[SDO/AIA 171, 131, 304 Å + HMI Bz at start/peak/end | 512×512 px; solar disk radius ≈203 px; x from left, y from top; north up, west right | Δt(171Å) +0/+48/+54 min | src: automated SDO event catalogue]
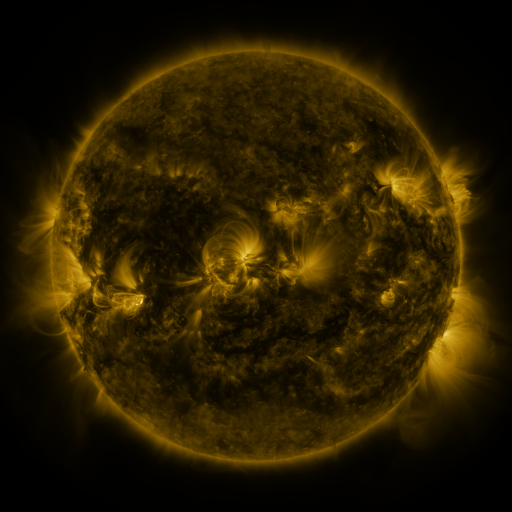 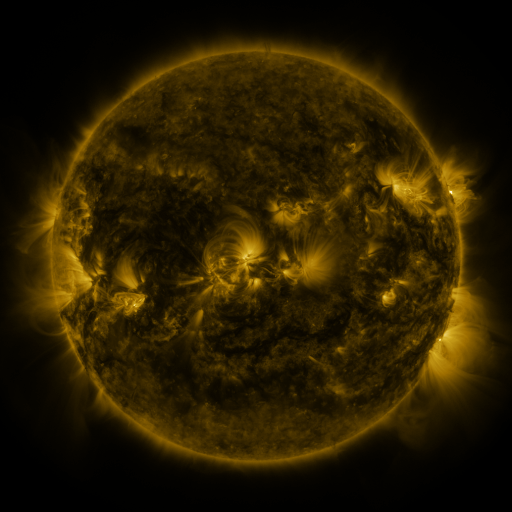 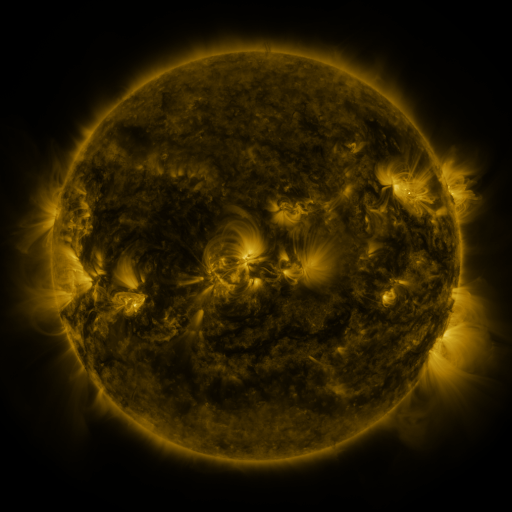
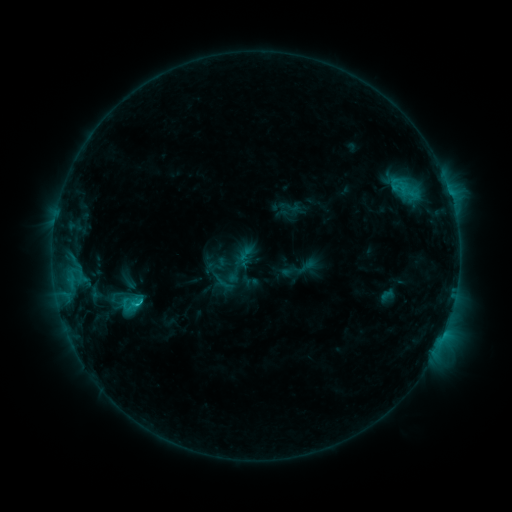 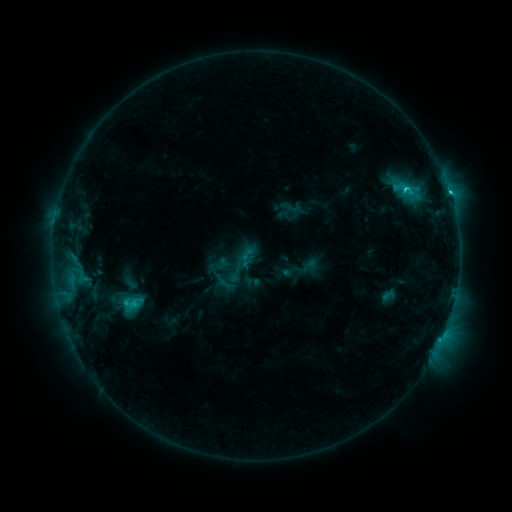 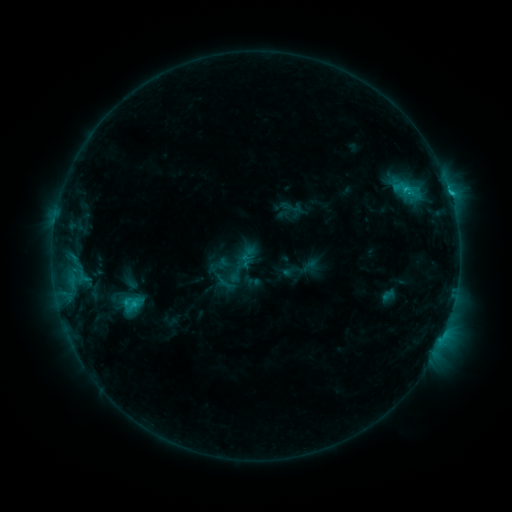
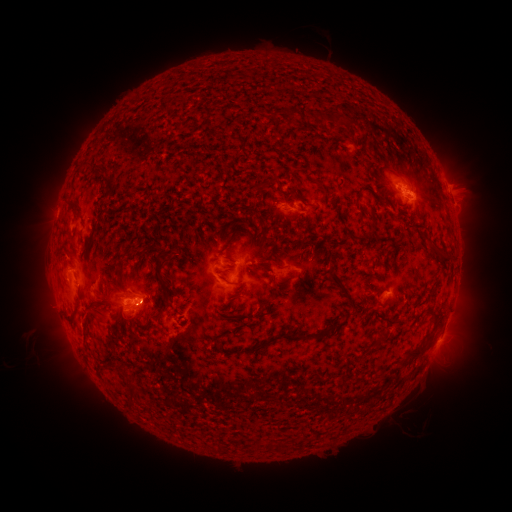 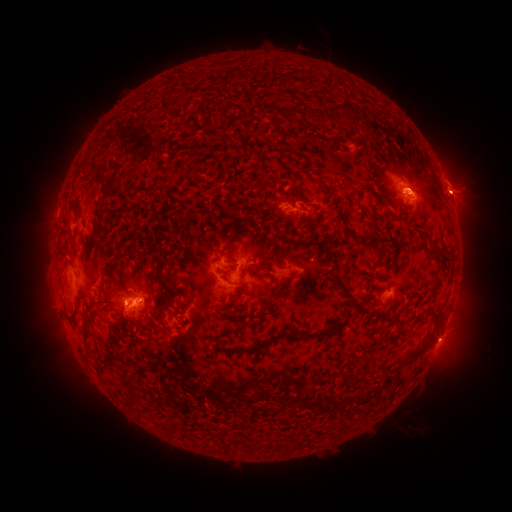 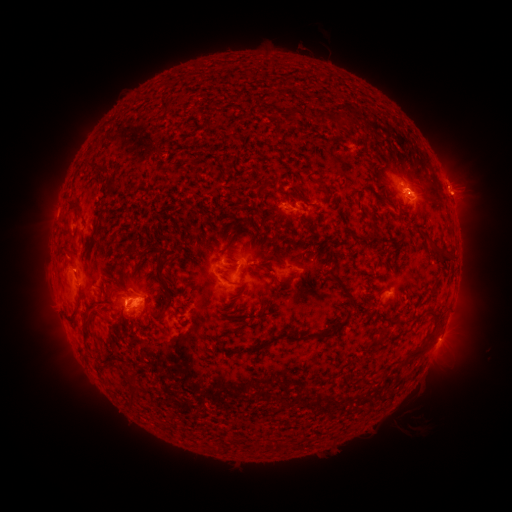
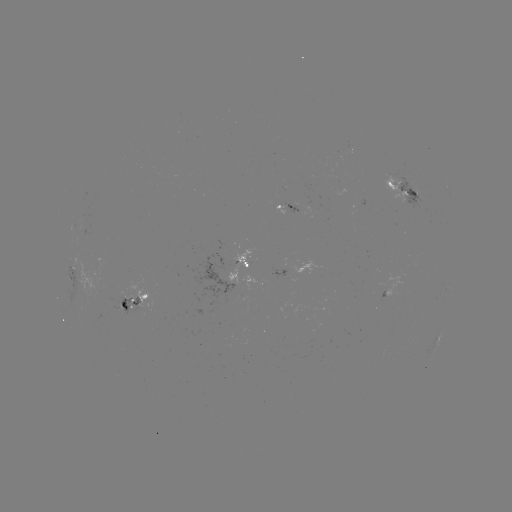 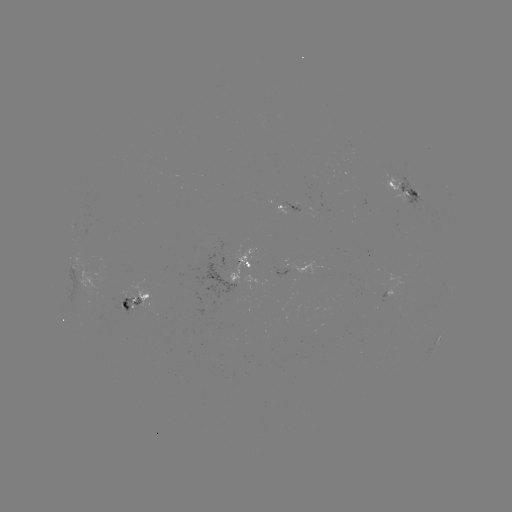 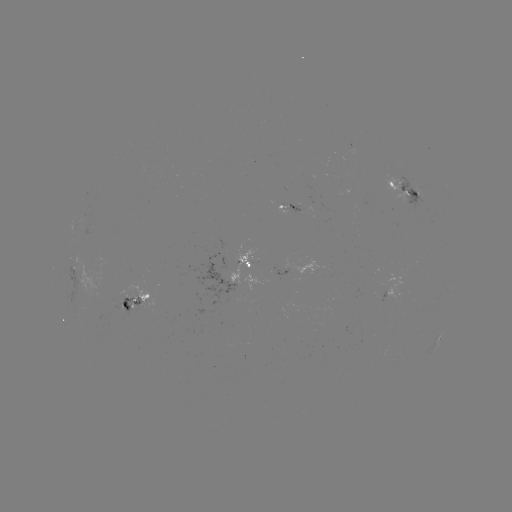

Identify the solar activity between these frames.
C3.5 flare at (405, 190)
